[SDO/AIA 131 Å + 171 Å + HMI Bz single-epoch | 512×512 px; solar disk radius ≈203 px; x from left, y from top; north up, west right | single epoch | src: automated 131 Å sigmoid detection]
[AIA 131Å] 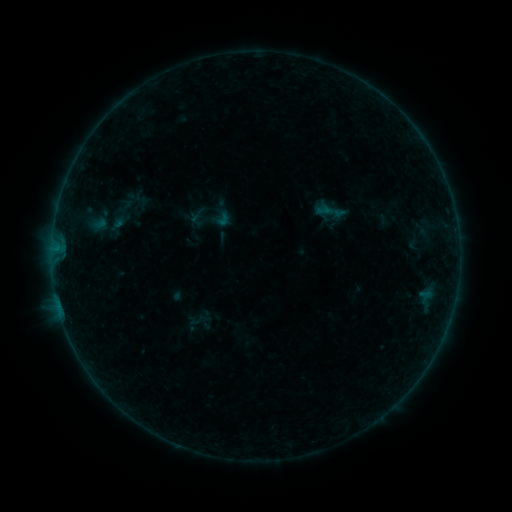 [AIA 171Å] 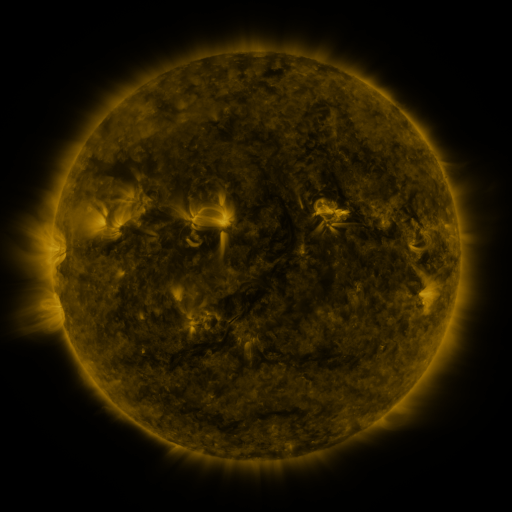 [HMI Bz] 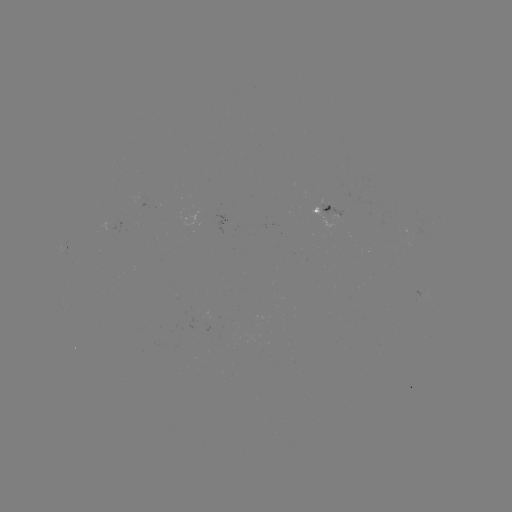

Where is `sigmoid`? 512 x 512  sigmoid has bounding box [309, 193, 353, 229].